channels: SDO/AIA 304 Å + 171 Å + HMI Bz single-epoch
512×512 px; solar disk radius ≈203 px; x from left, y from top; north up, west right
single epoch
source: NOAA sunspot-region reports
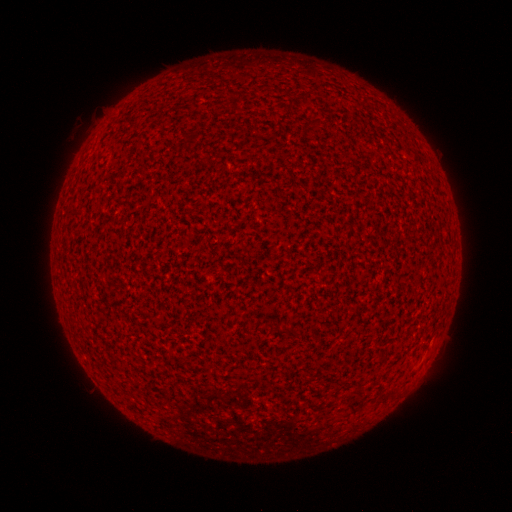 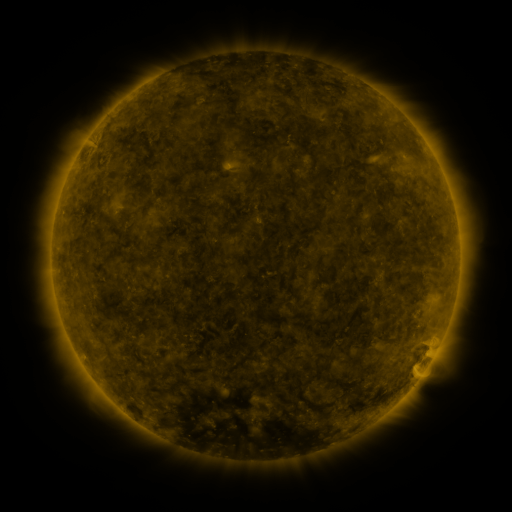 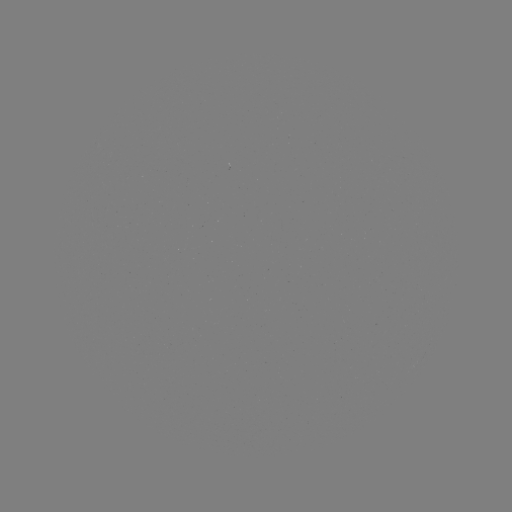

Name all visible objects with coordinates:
(none)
